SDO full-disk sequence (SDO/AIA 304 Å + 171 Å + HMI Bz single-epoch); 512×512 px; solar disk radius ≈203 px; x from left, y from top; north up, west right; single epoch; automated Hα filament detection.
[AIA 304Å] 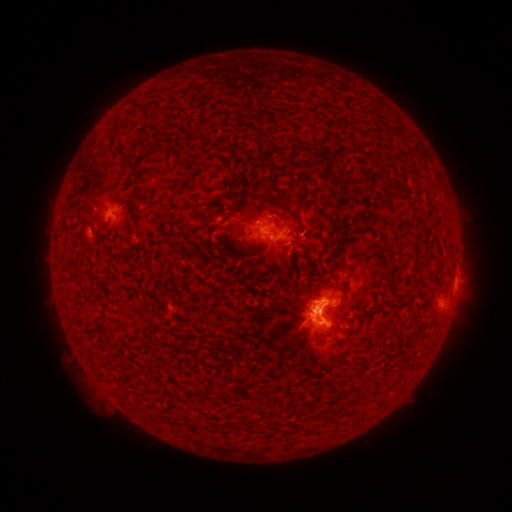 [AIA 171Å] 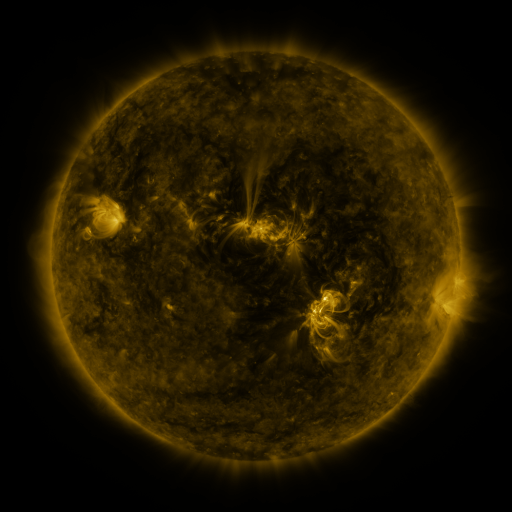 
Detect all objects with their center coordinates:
filament: <bbox>124, 154, 141, 171</bbox>
filament: <bbox>394, 190, 403, 197</bbox>
filament: <bbox>272, 191, 285, 201</bbox>
filament: <bbox>230, 193, 242, 214</bbox>
filament: <bbox>239, 218, 249, 226</bbox>
filament: <bbox>215, 222, 223, 231</bbox>
filament: <bbox>300, 226, 316, 244</bbox>
filament: <bbox>329, 235, 345, 264</bbox>
filament: <bbox>318, 308, 328, 318</bbox>
filament: <bbox>269, 394, 277, 404</bbox>
